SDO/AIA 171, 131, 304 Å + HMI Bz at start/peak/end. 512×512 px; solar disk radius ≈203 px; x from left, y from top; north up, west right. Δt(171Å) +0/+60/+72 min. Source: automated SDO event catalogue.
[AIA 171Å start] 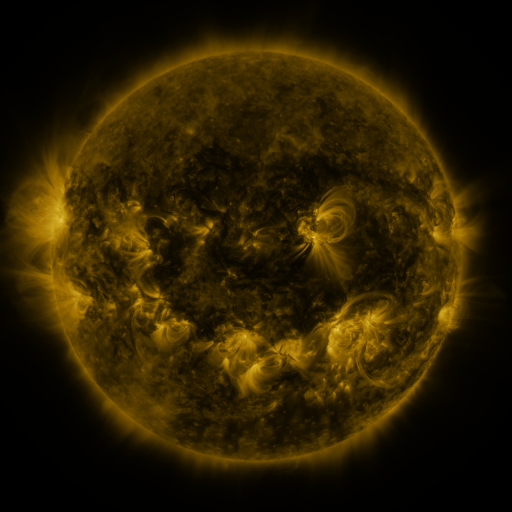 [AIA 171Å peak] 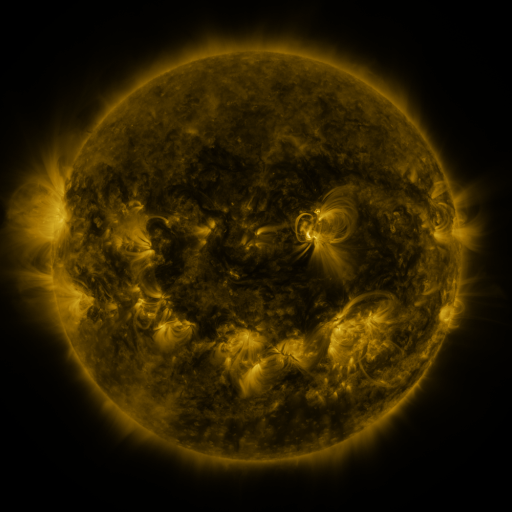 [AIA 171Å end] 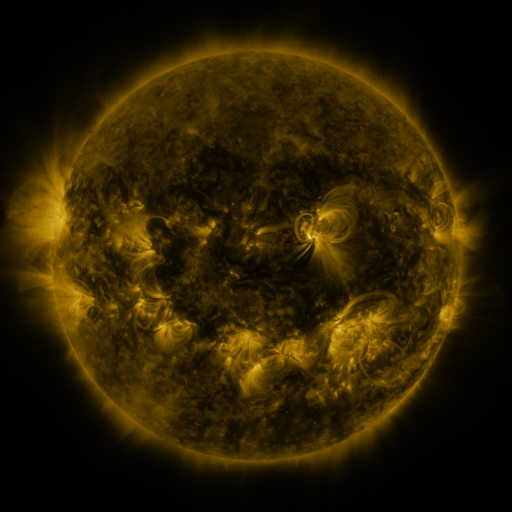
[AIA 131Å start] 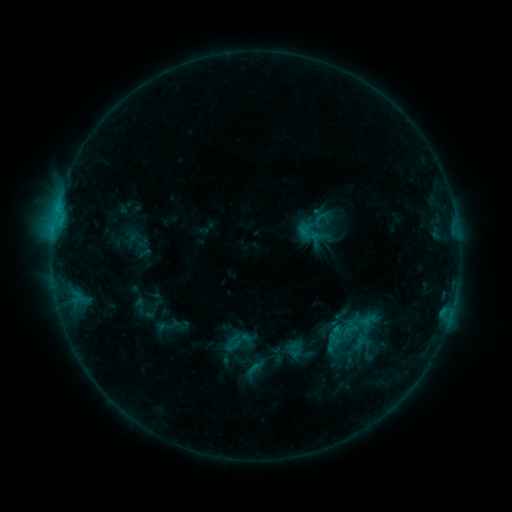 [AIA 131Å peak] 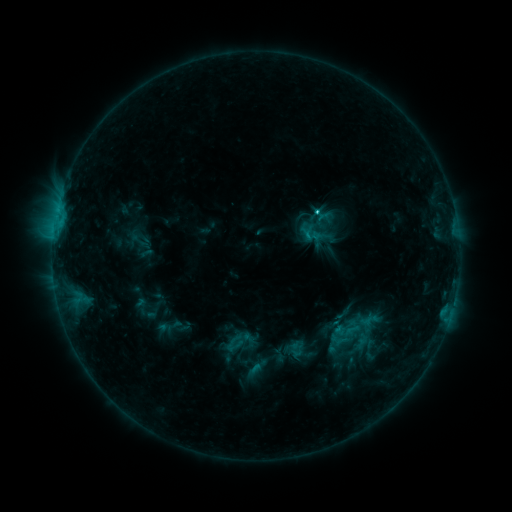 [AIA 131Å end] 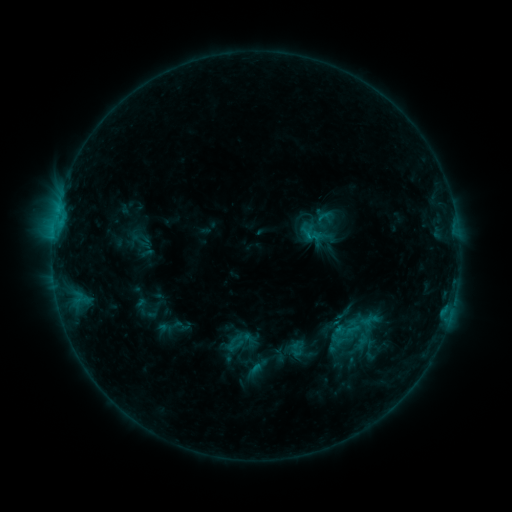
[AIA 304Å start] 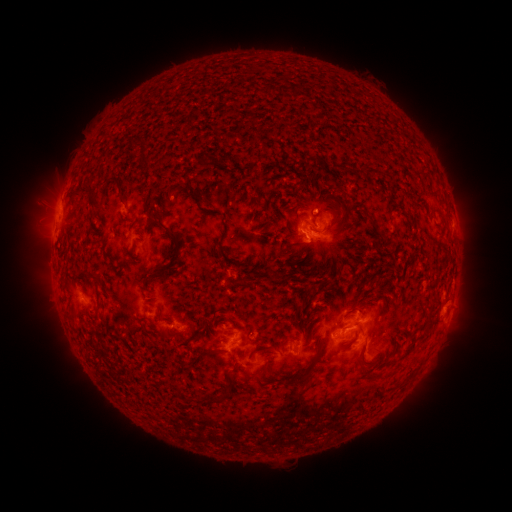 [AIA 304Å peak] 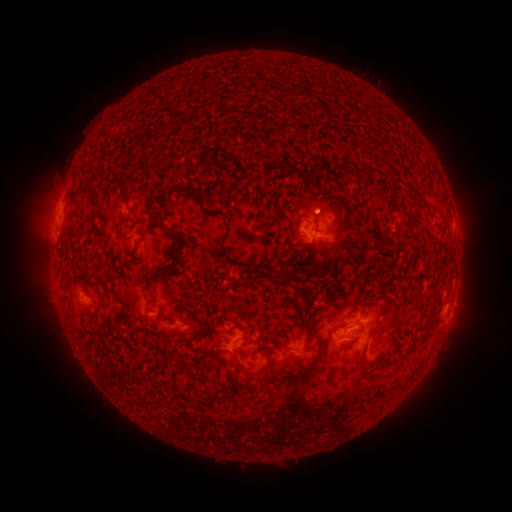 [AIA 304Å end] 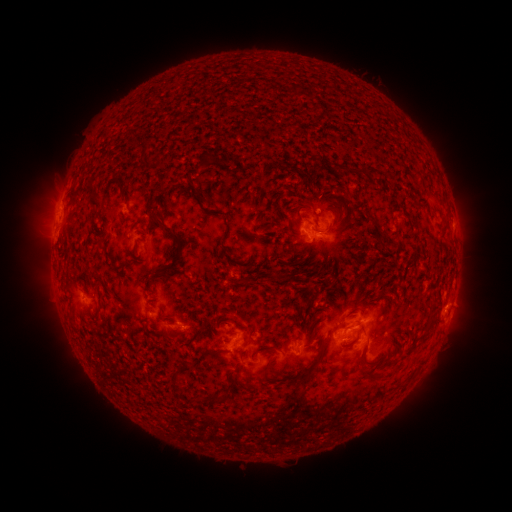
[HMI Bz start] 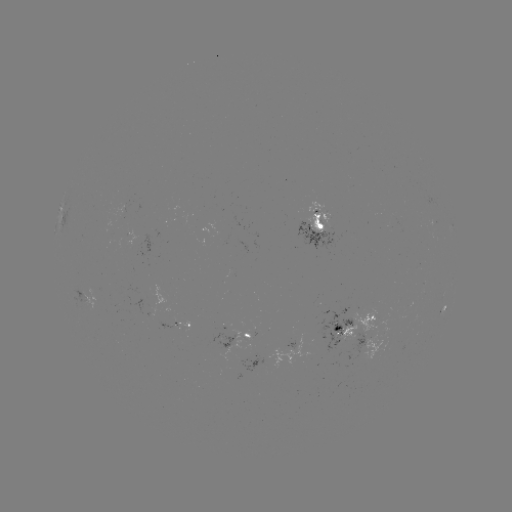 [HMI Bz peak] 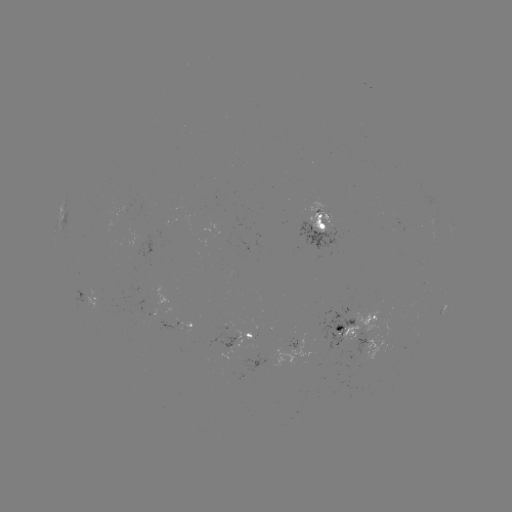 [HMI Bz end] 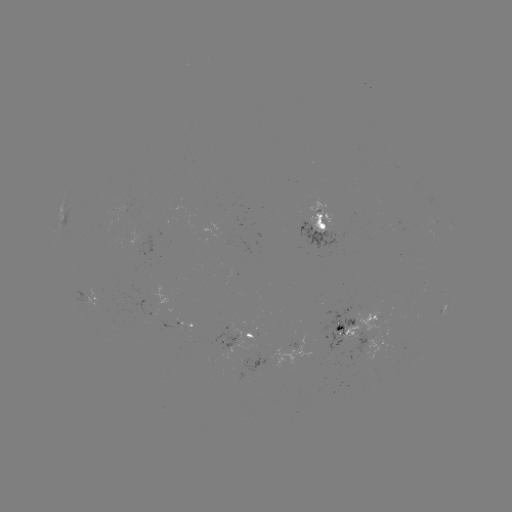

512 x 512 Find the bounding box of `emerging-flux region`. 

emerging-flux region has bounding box [242, 333, 253, 342].